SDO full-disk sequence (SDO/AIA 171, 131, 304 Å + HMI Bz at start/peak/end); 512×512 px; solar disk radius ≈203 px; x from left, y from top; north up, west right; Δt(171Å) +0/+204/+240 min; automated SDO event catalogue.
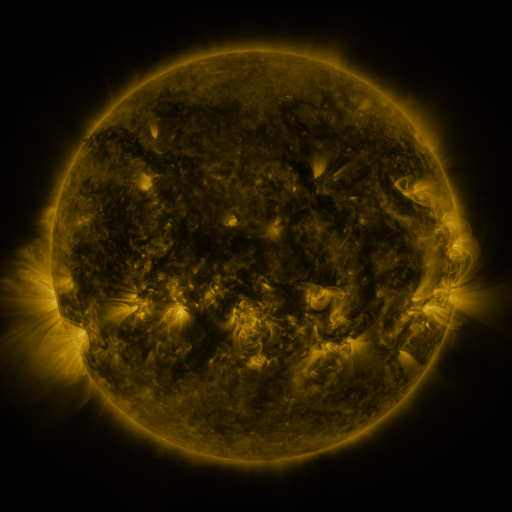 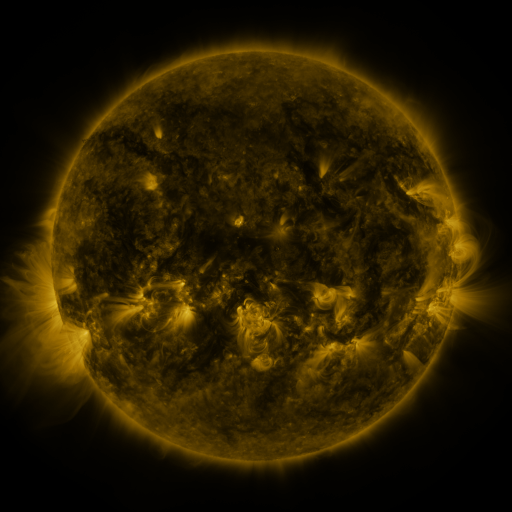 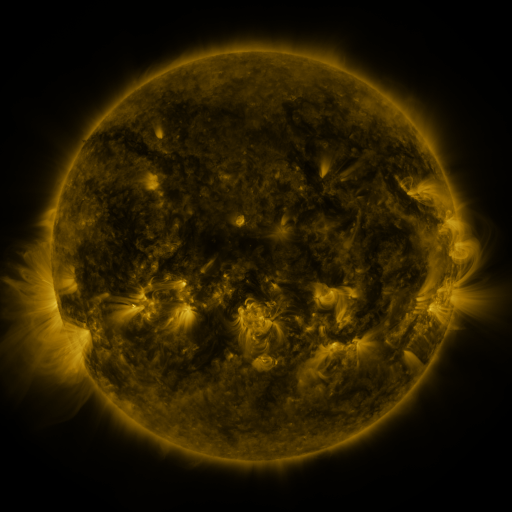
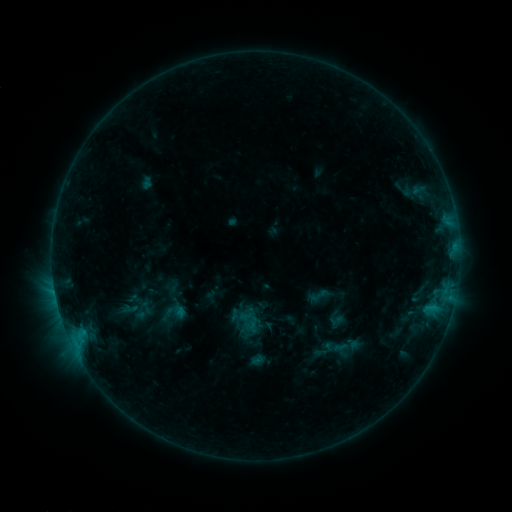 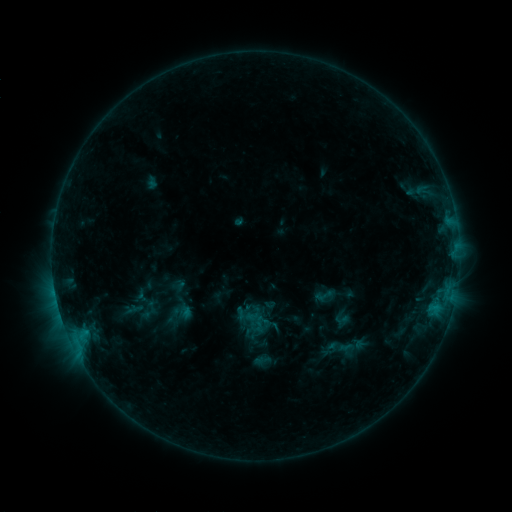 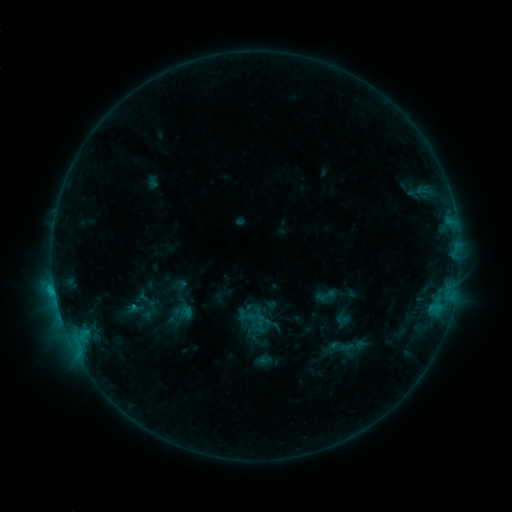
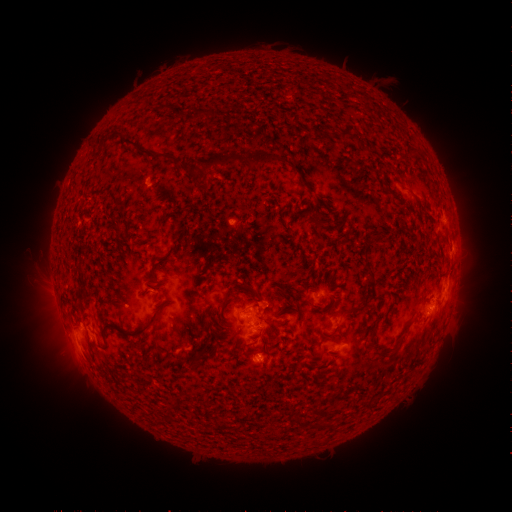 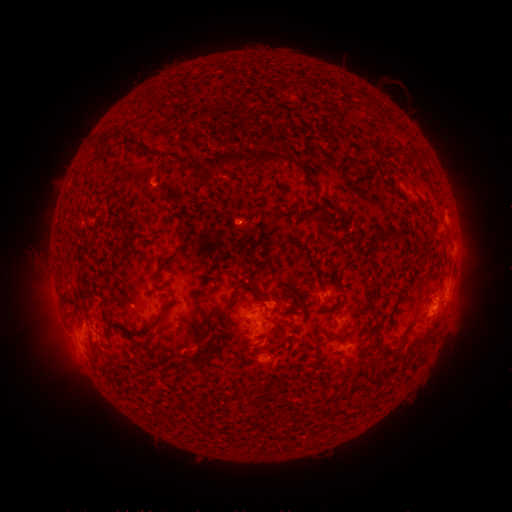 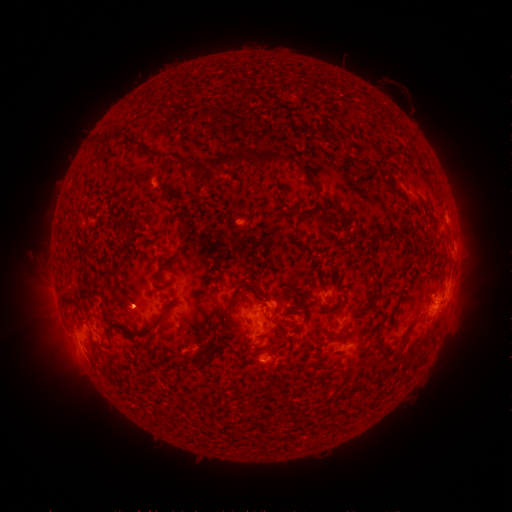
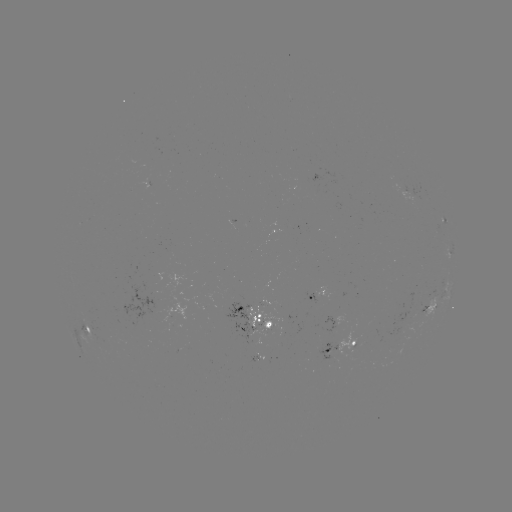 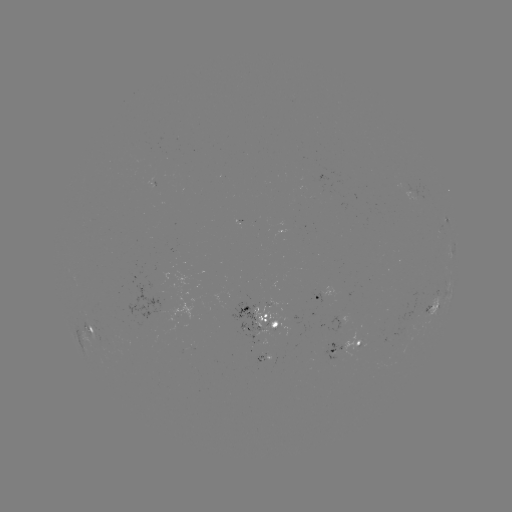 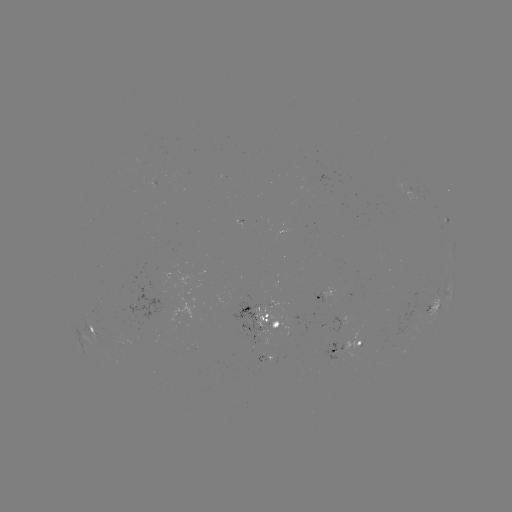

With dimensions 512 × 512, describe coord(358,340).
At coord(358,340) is emerging-flux region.